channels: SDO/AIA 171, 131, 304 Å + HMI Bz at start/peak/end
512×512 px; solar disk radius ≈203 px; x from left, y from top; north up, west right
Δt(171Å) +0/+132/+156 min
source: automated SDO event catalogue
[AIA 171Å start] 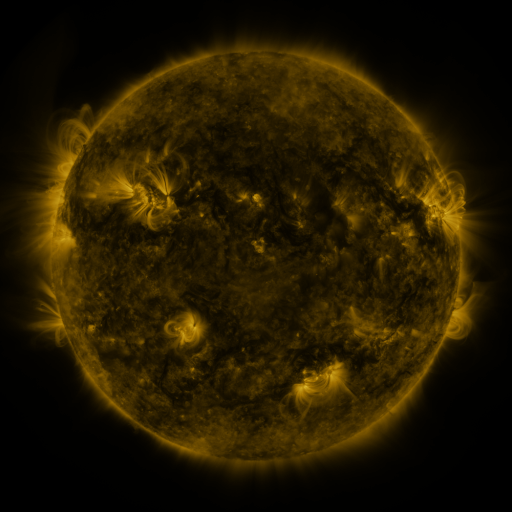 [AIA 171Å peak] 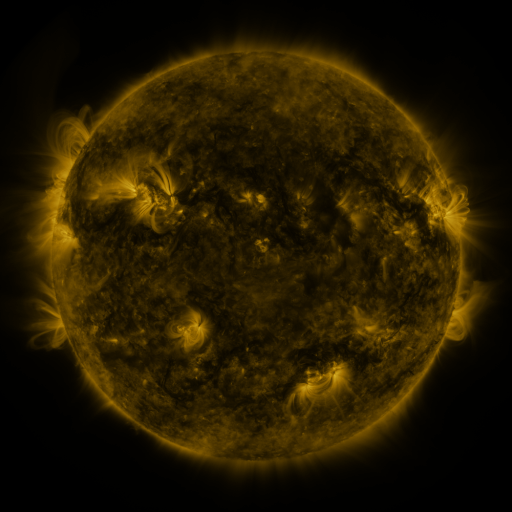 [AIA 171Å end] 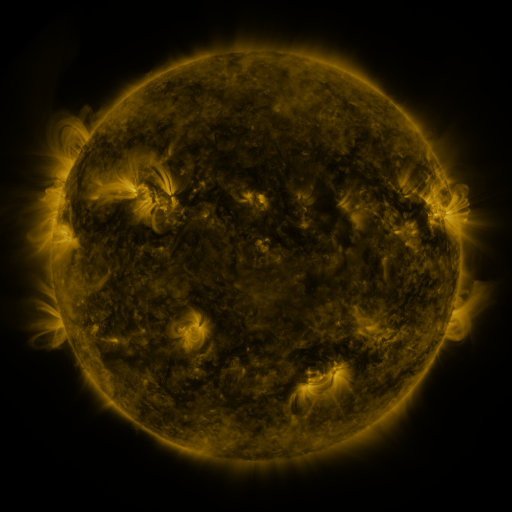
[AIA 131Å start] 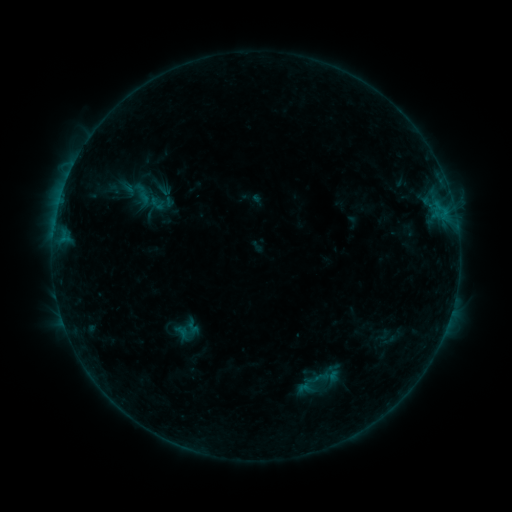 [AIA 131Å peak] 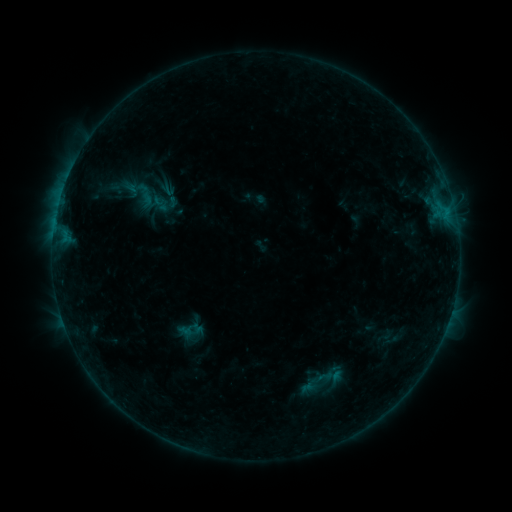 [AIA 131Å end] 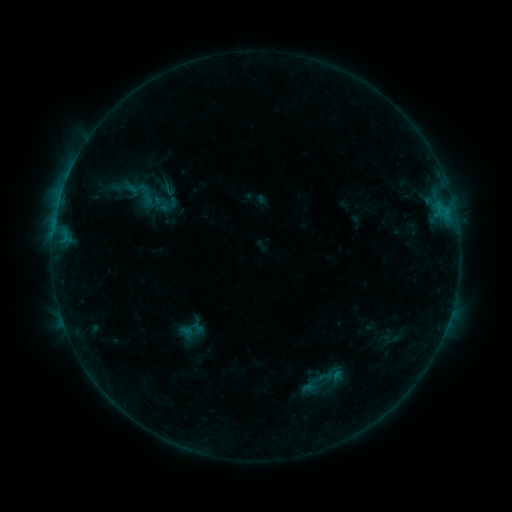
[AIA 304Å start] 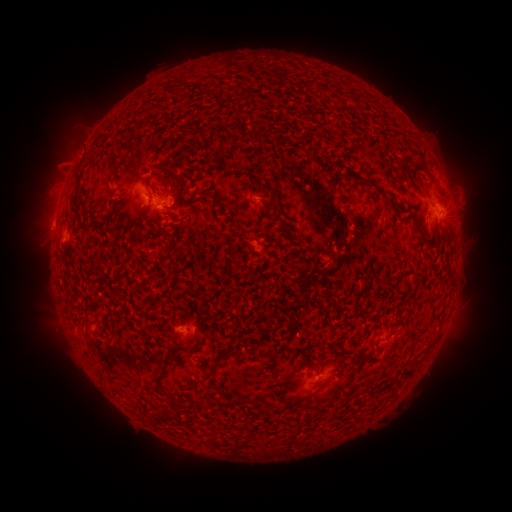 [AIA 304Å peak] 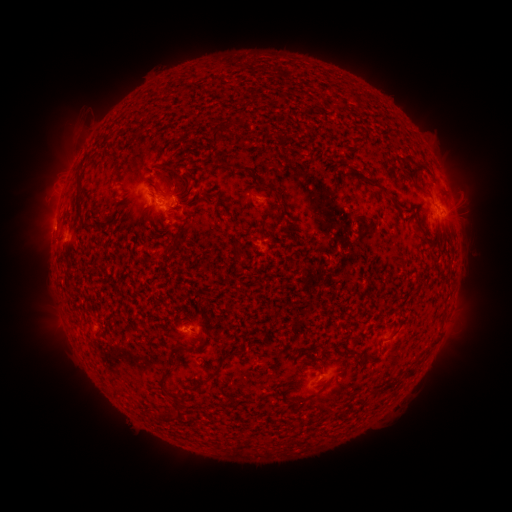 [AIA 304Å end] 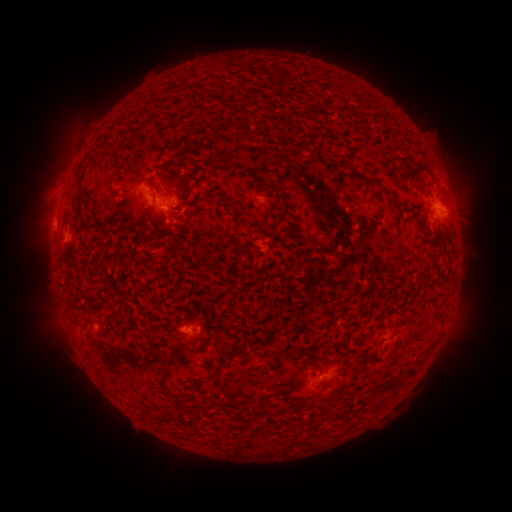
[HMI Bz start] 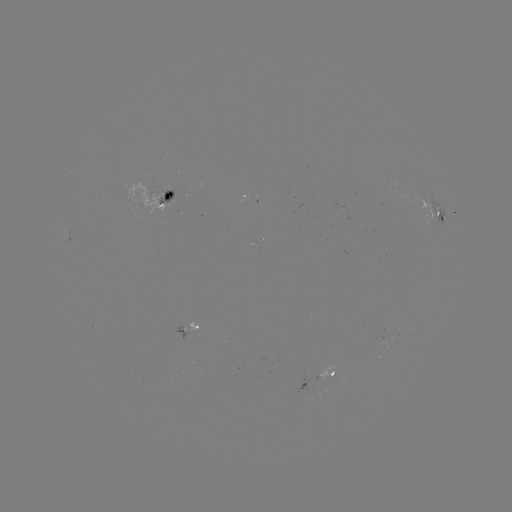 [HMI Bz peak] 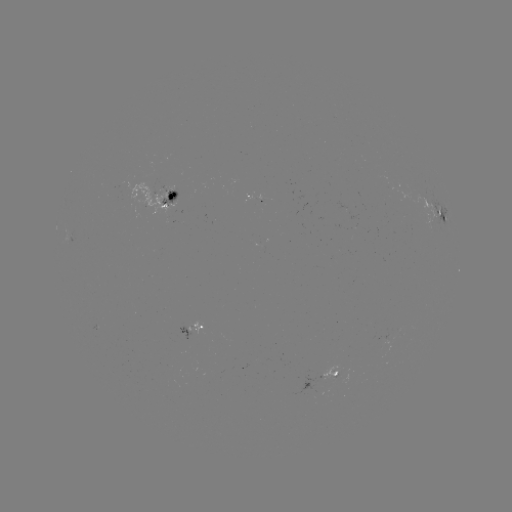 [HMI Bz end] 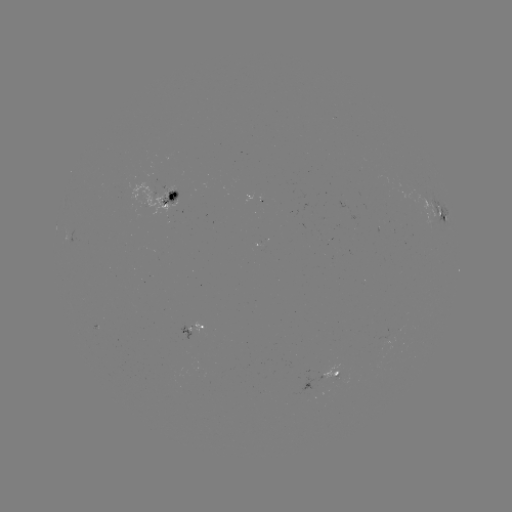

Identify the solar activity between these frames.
emerging-flux region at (189, 332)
